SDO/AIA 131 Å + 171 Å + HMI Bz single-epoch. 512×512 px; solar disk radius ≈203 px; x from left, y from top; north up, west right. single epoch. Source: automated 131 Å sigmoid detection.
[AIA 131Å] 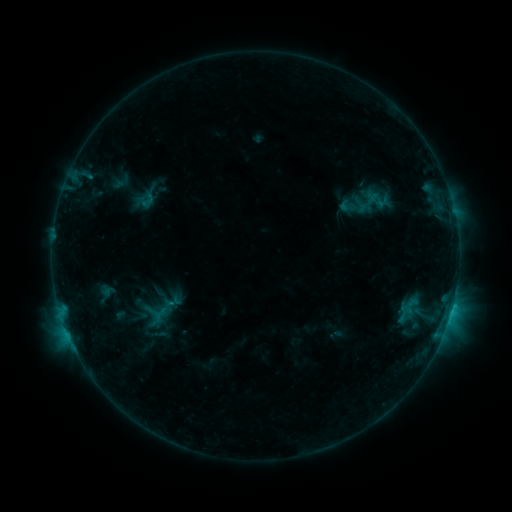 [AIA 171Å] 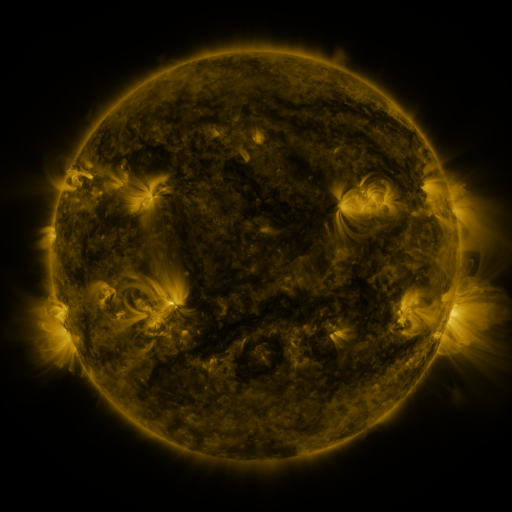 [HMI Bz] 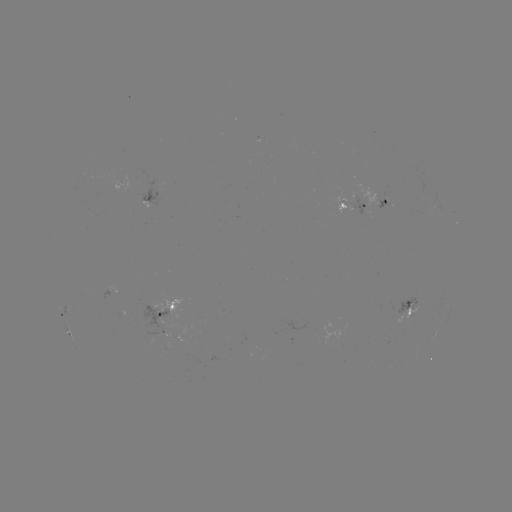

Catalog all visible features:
sigmoid: (367, 188, 390, 209)
